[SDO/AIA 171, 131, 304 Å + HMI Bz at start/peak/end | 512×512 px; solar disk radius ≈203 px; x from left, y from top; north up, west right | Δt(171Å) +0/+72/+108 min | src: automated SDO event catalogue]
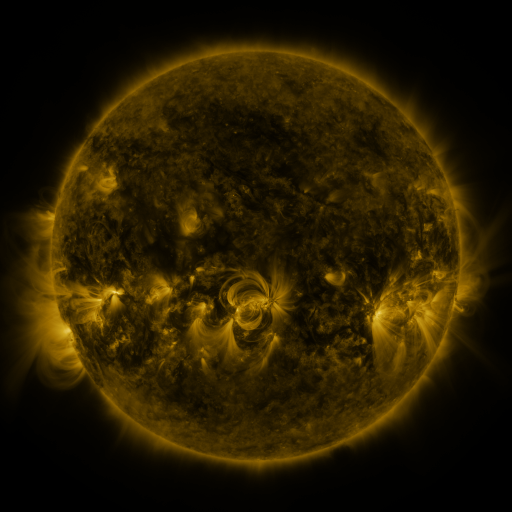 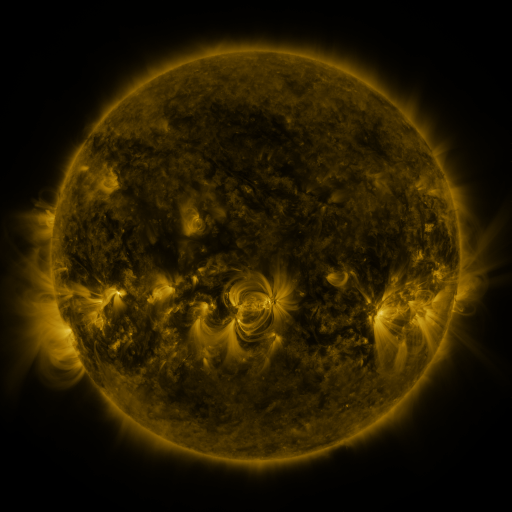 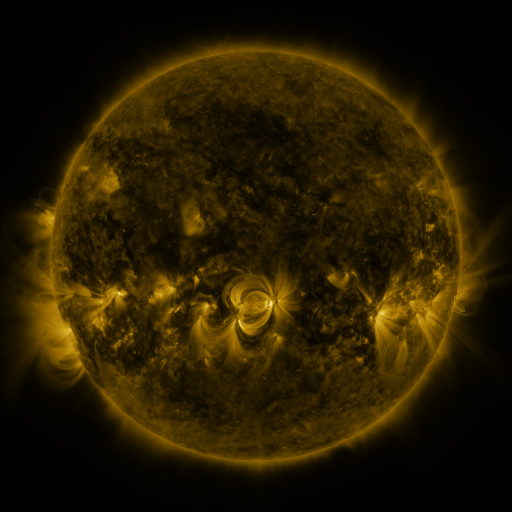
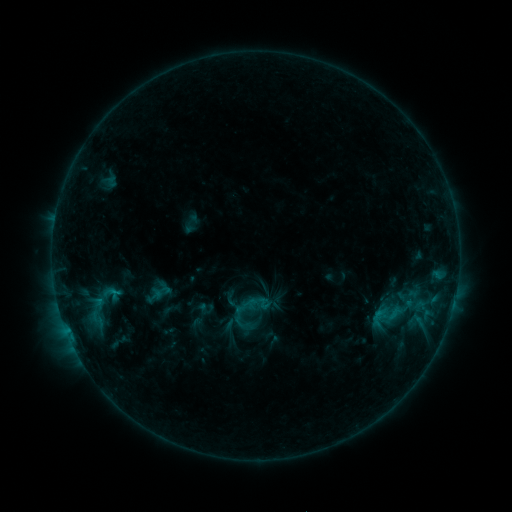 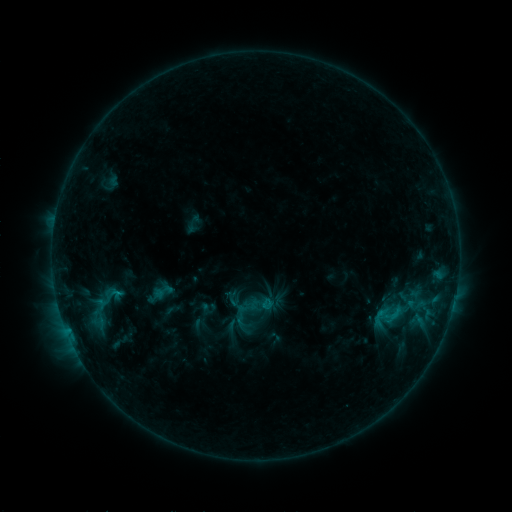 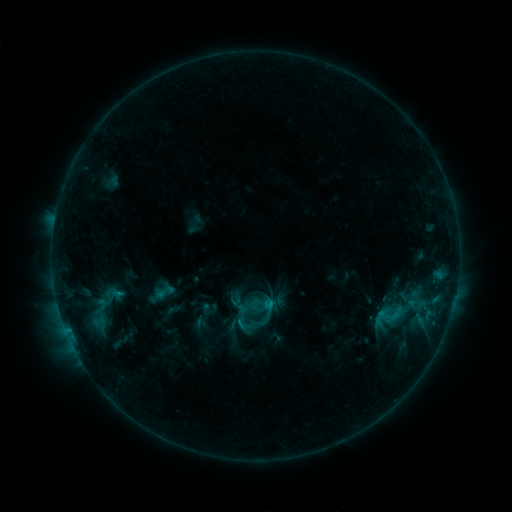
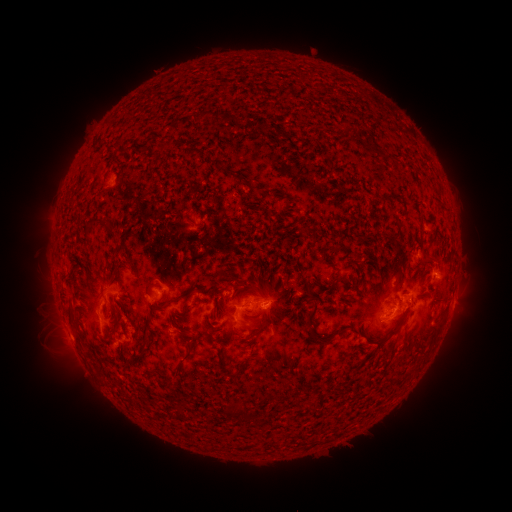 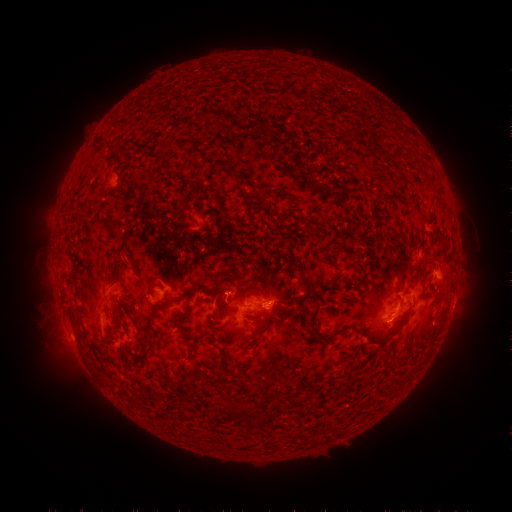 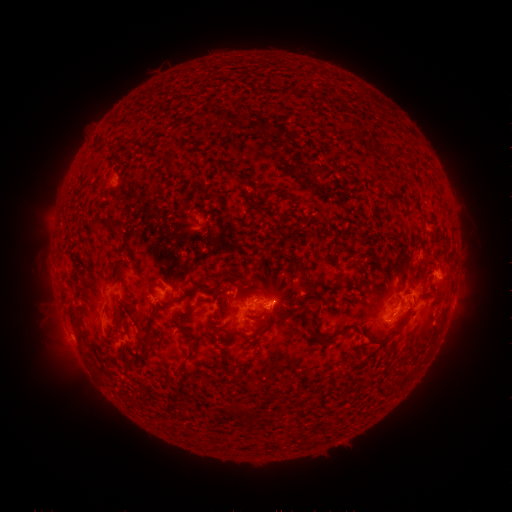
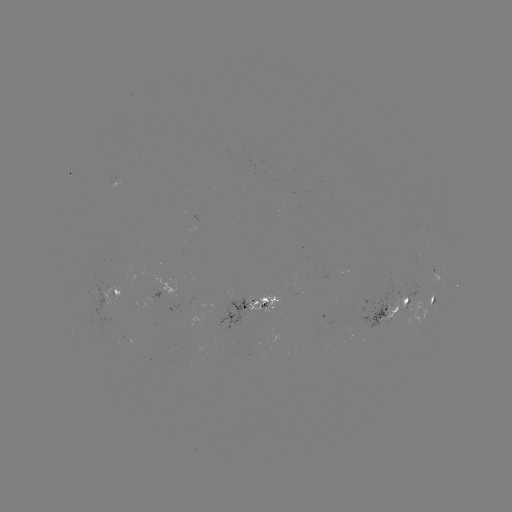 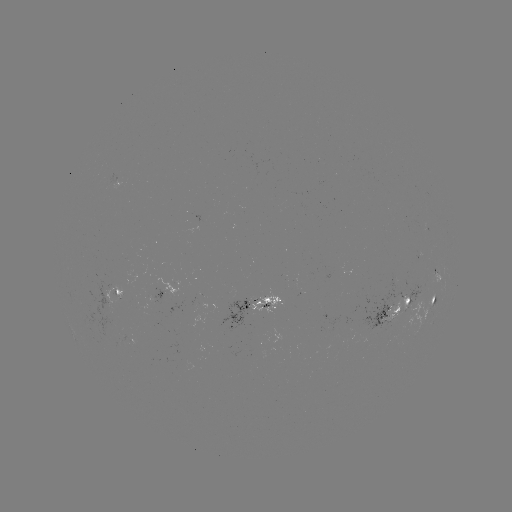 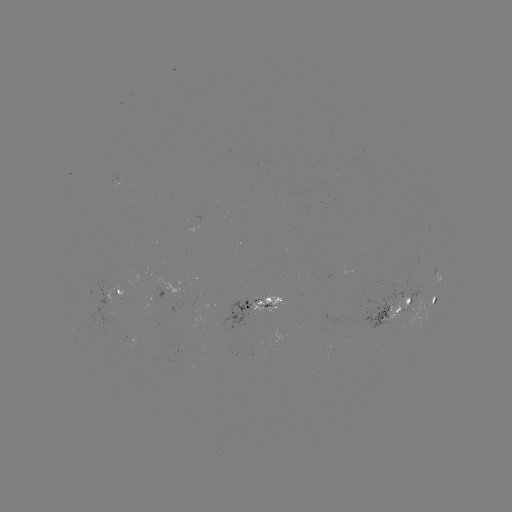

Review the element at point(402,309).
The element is emerging-flux region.